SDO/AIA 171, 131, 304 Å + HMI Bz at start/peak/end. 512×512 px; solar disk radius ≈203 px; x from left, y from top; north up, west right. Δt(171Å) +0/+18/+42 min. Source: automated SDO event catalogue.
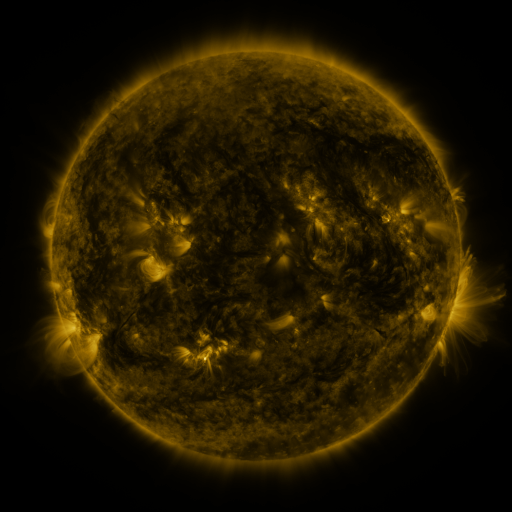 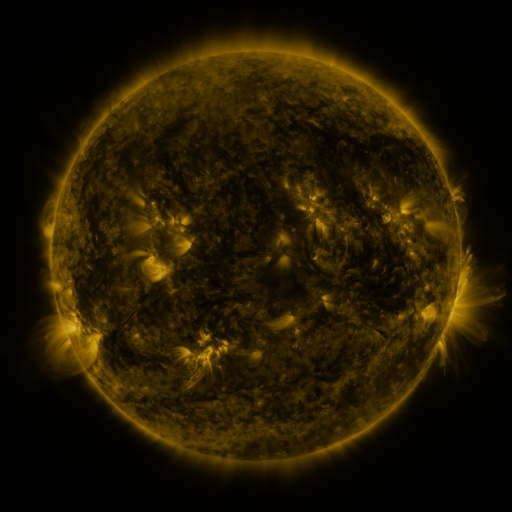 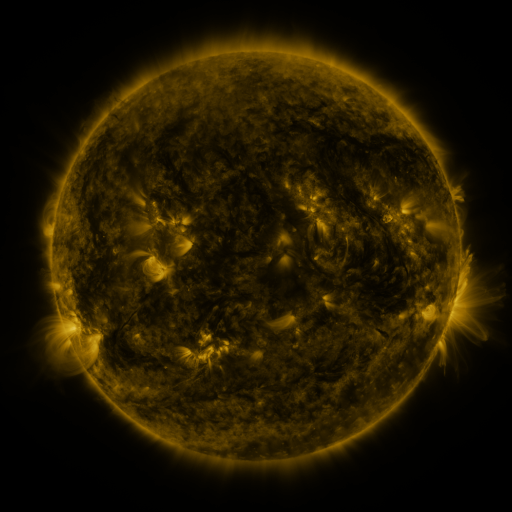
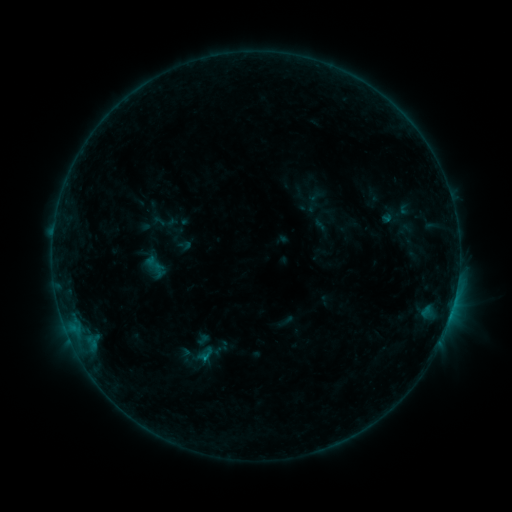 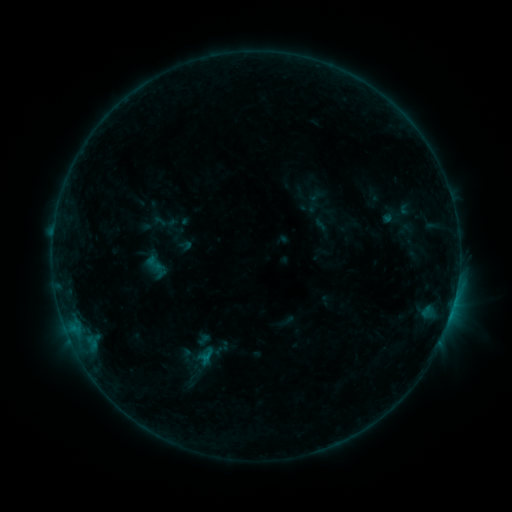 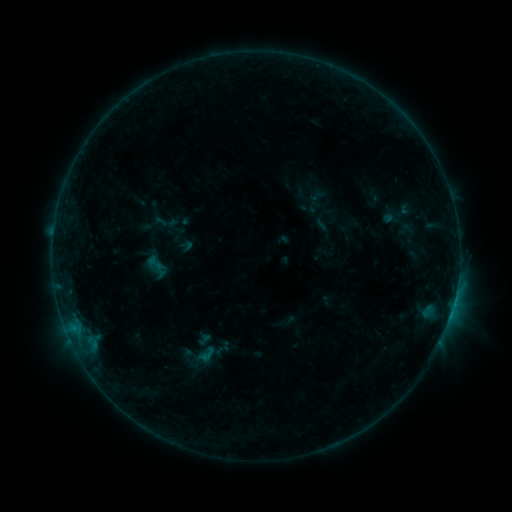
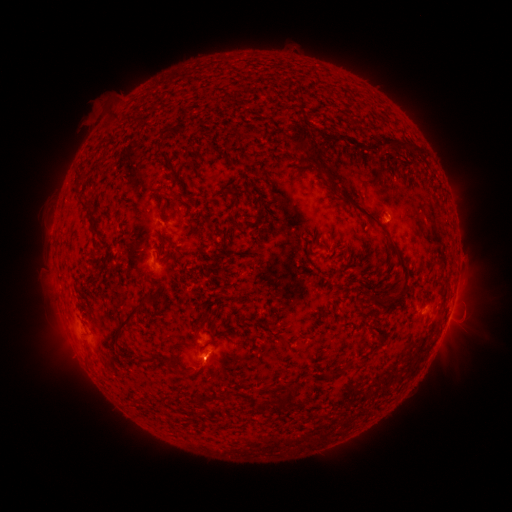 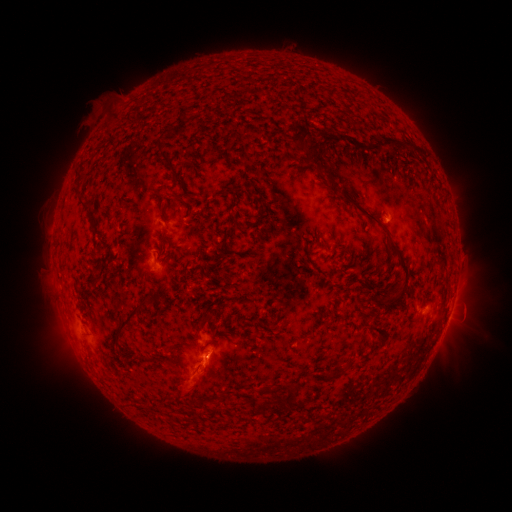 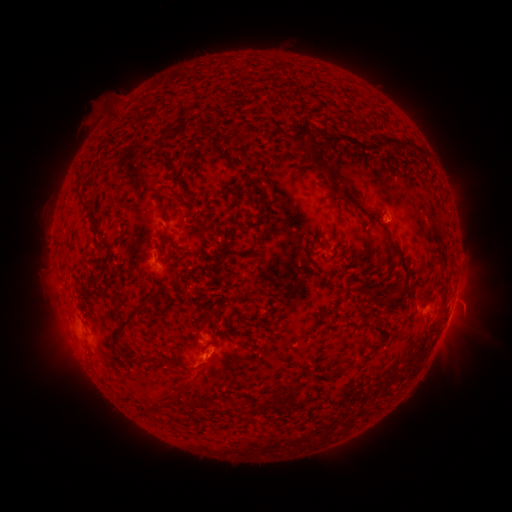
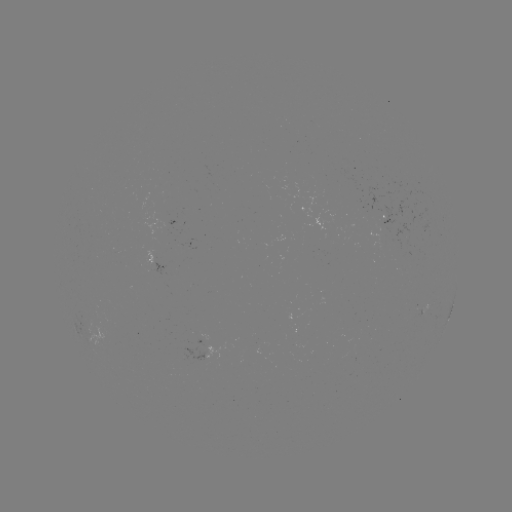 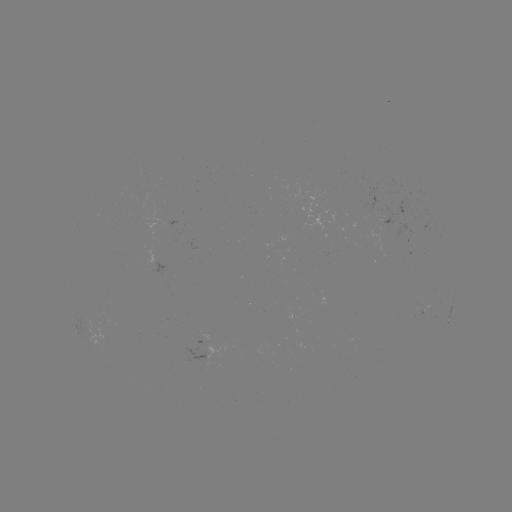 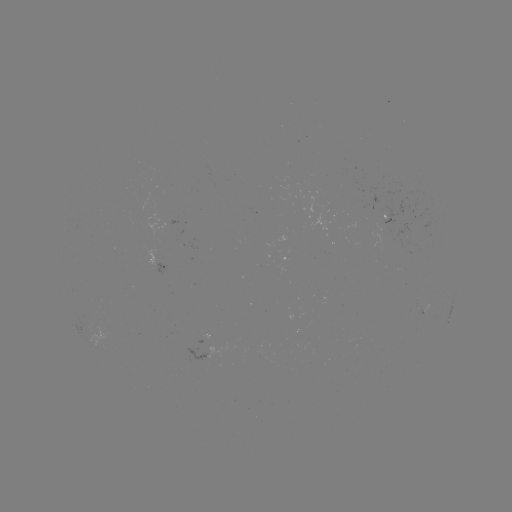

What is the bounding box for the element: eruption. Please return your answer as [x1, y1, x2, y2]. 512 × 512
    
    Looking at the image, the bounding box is [142, 344, 242, 416].